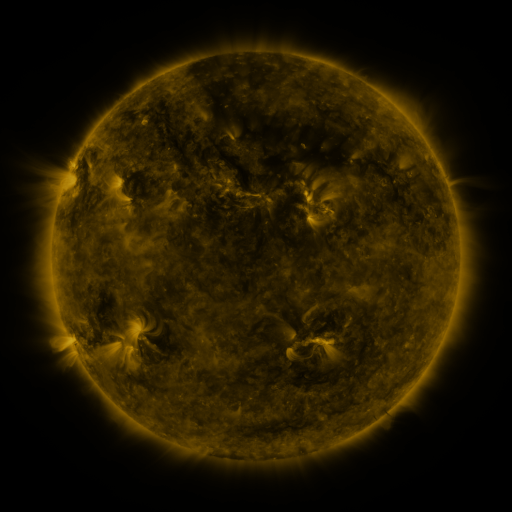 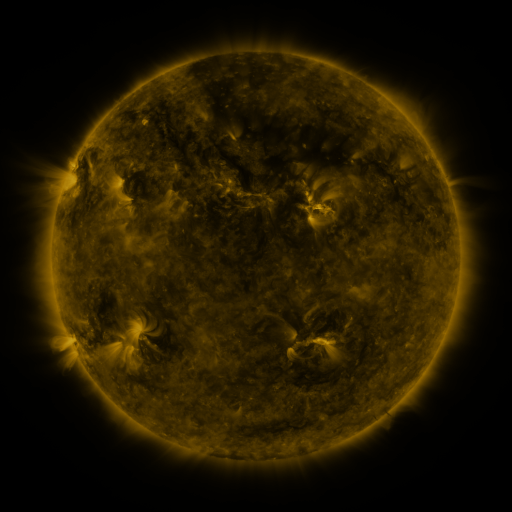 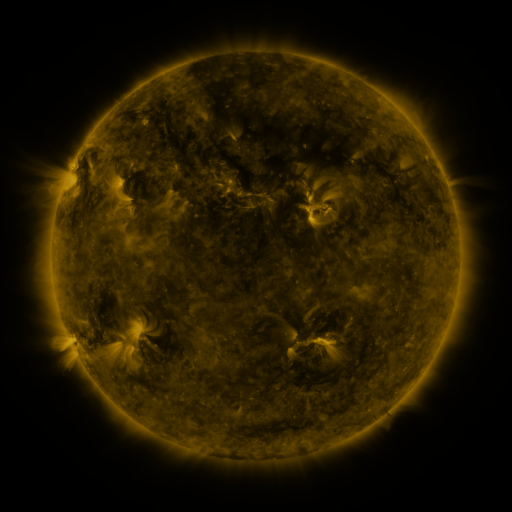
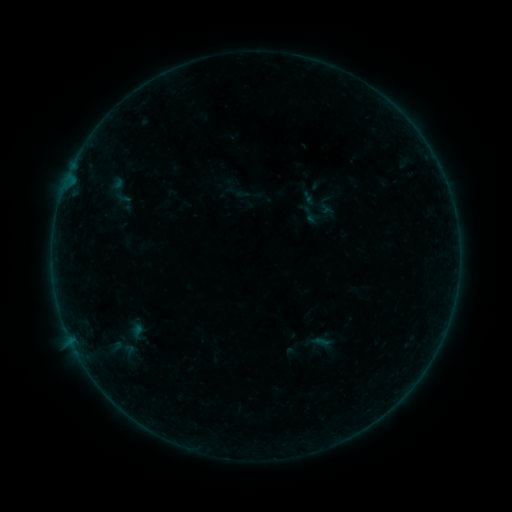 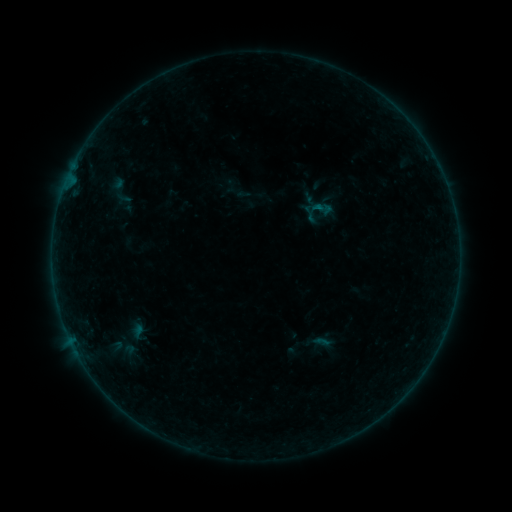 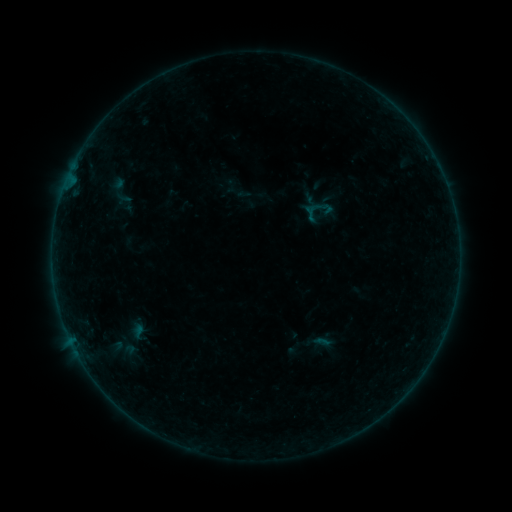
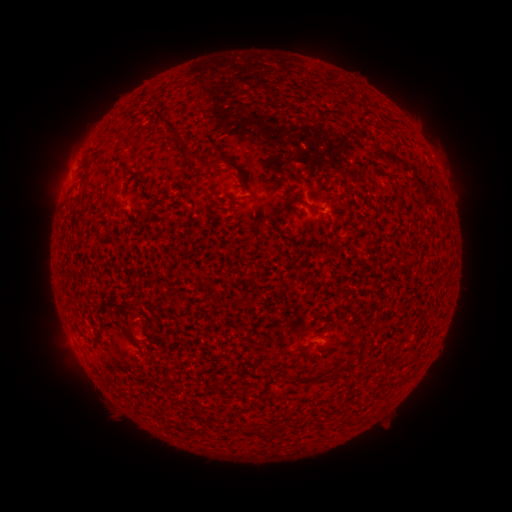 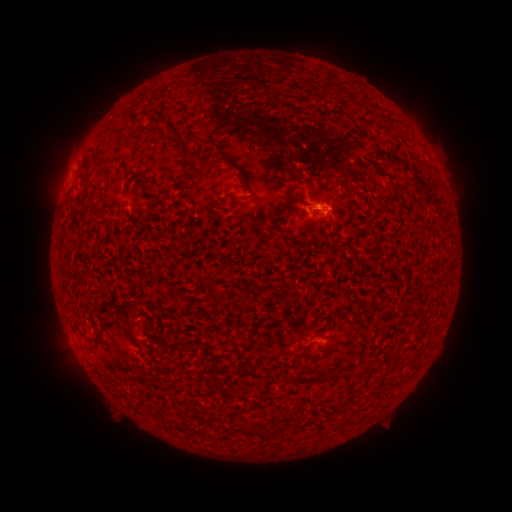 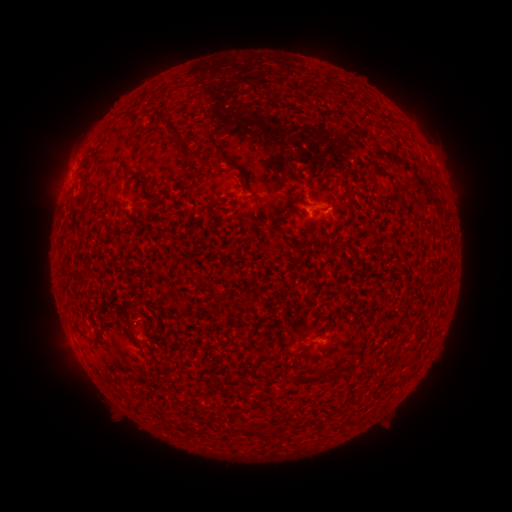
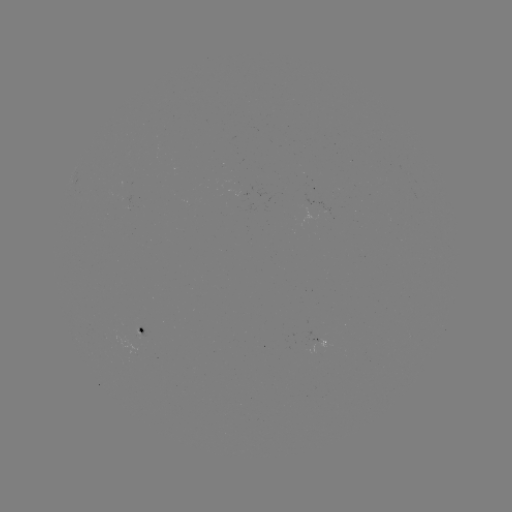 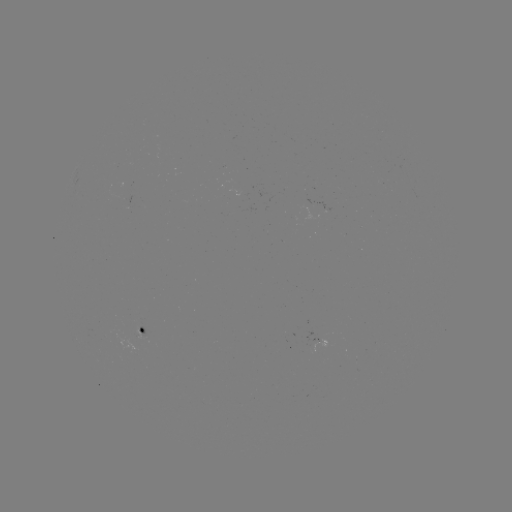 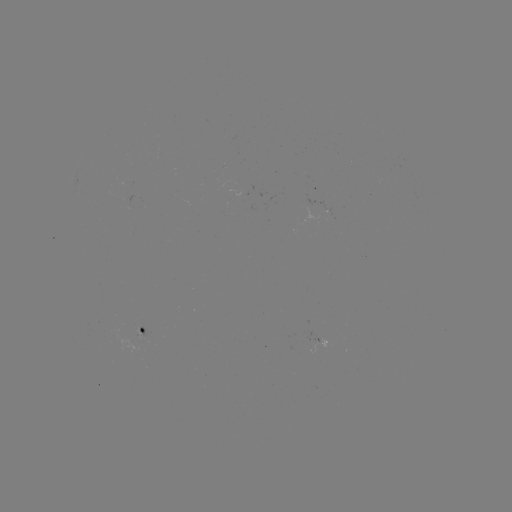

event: flare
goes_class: B1.3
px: (316, 208)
